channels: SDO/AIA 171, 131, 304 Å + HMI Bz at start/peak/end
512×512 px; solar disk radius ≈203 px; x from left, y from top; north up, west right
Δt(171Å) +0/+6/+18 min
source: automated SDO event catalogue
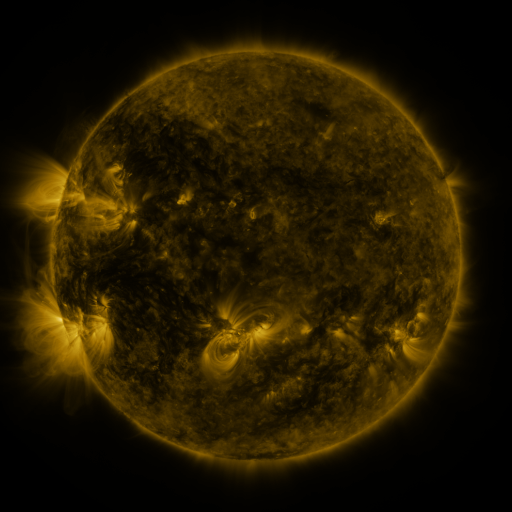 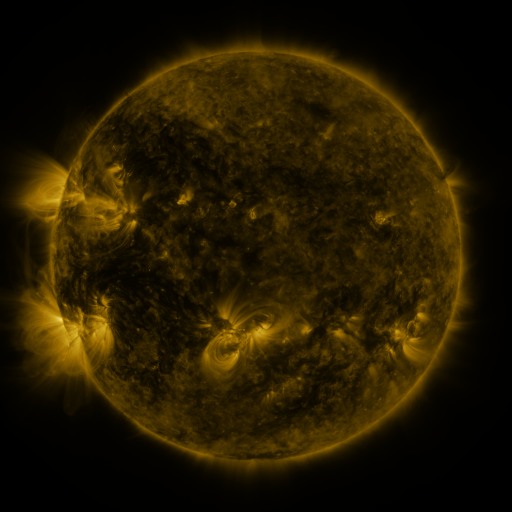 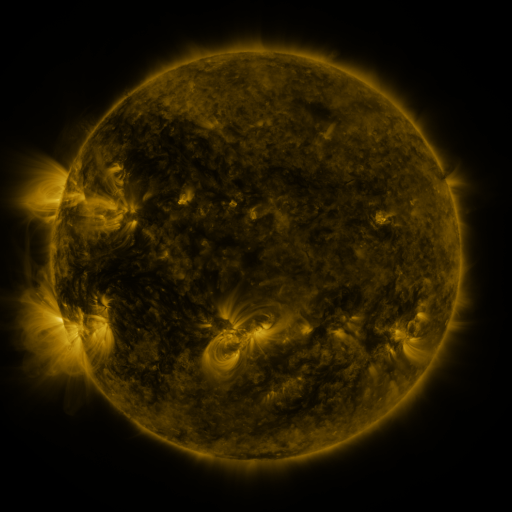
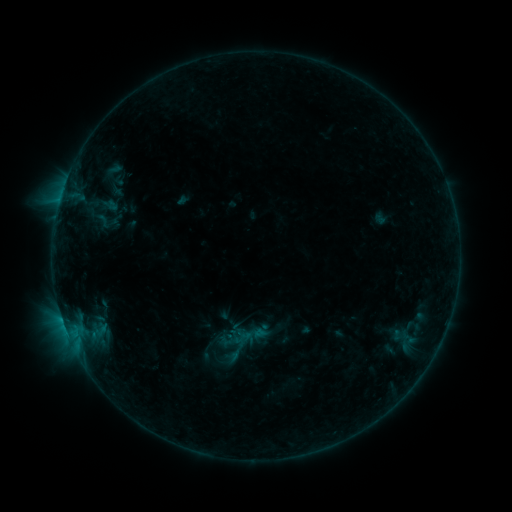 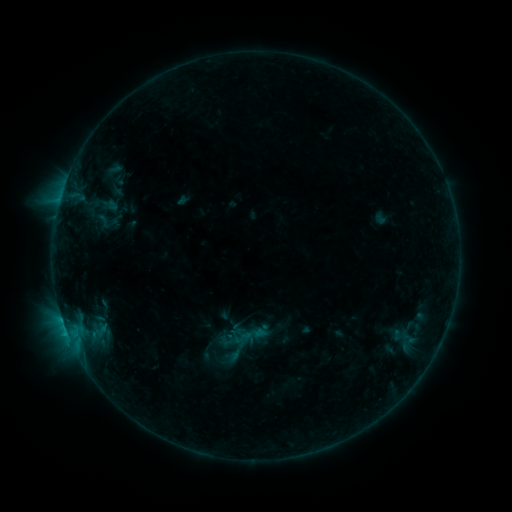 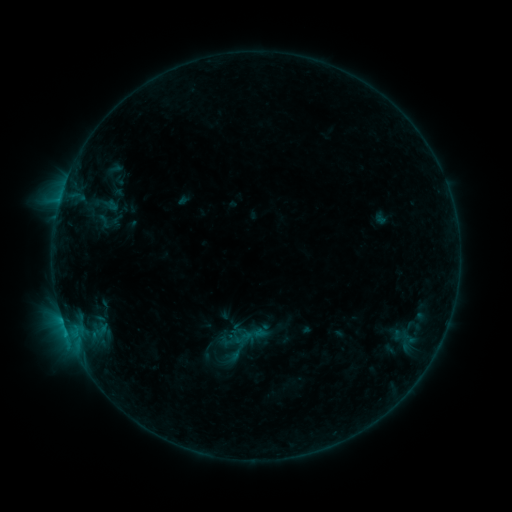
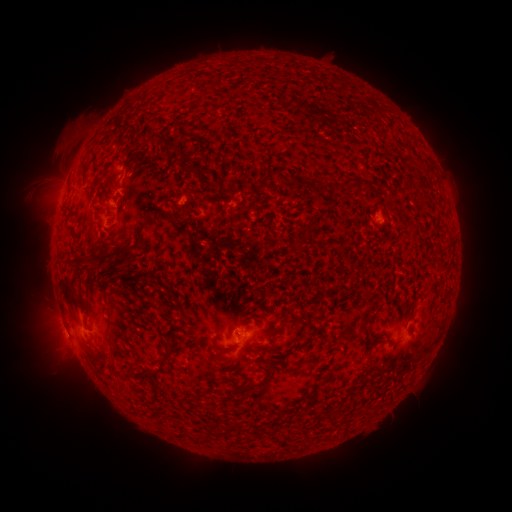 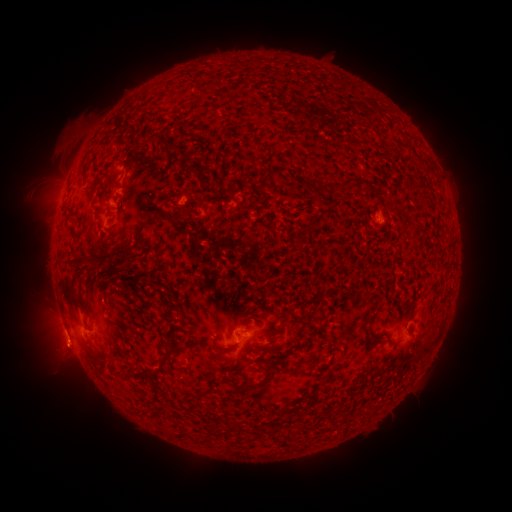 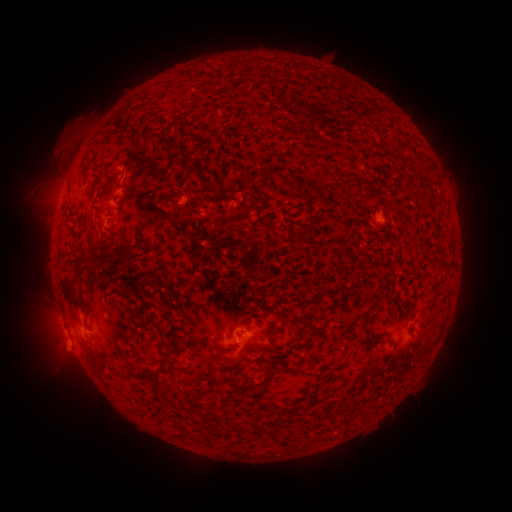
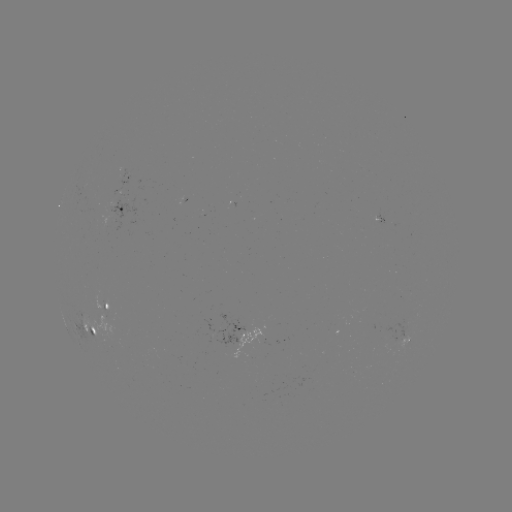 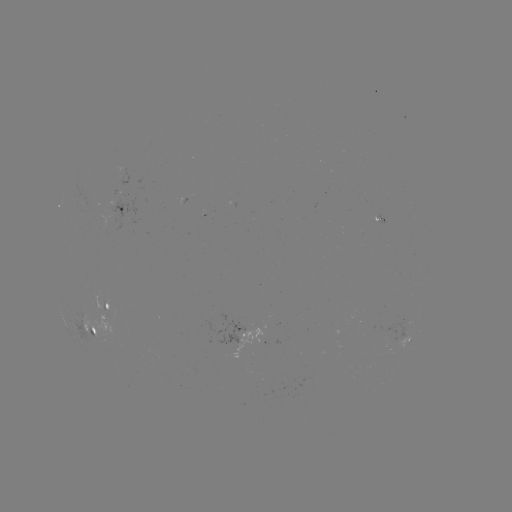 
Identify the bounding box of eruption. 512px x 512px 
[32, 324, 96, 385].